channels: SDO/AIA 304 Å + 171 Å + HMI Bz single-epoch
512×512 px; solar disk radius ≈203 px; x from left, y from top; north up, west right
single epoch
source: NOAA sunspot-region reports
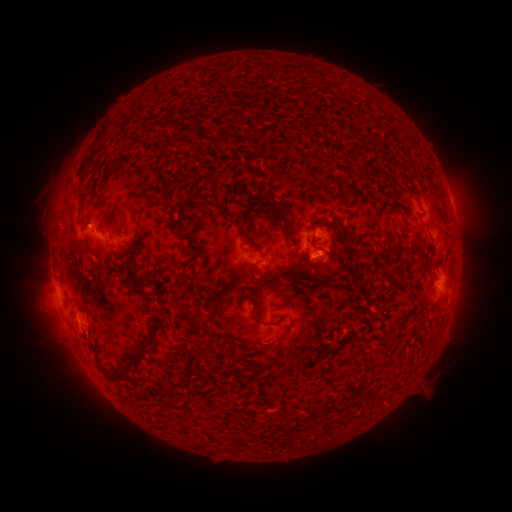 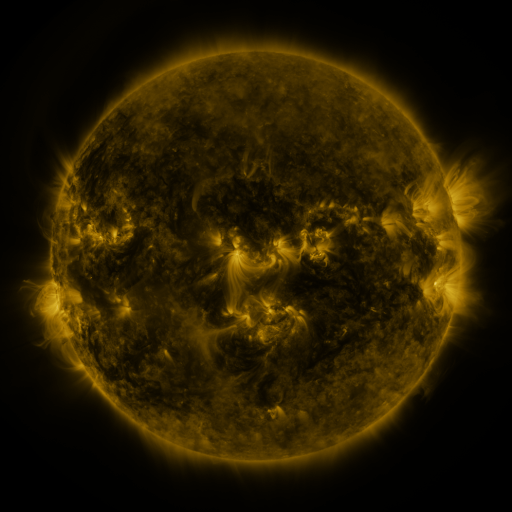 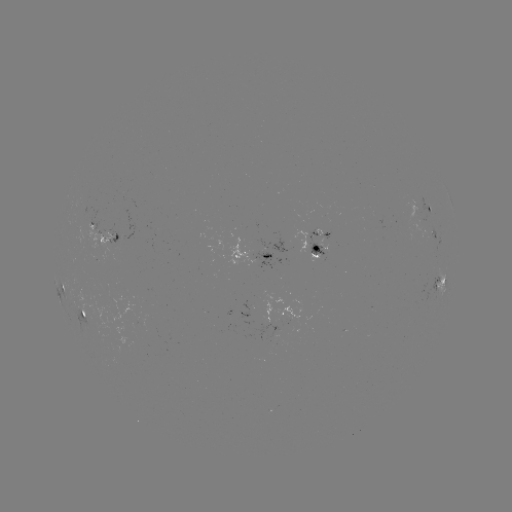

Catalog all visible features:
spotted active region: (430, 211)
spotted active region: (105, 233)
spotted active region: (318, 244)
spotted active region: (256, 255)
spotted active region: (440, 287)
spotted active region: (65, 288)
spotted active region: (85, 313)
spotted active region: (283, 315)
